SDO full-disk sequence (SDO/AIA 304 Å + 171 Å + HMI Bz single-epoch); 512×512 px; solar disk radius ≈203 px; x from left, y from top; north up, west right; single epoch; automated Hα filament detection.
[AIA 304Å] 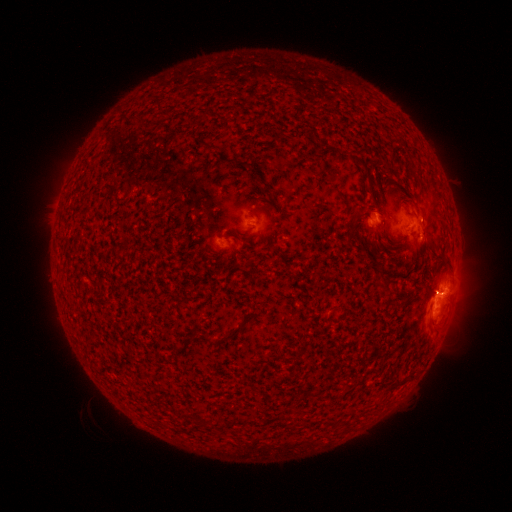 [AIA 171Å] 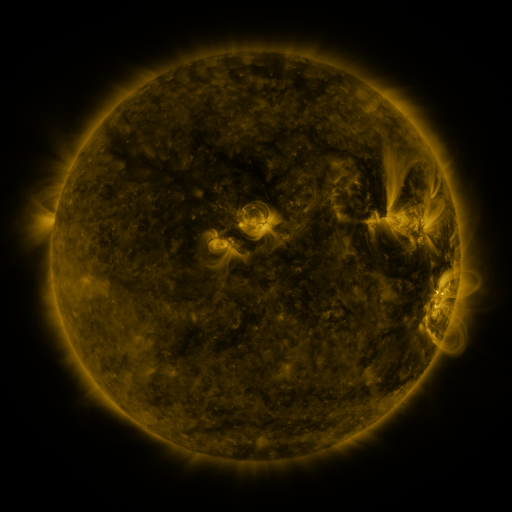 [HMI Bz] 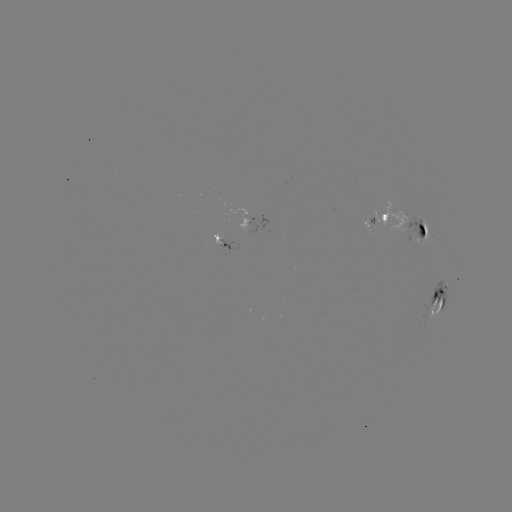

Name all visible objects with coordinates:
filament: <bbox>368, 239, 381, 250</bbox>
filament: <bbox>416, 239, 426, 248</bbox>
filament: <bbox>444, 258, 453, 272</bbox>
filament: <bbox>219, 322, 243, 342</bbox>
